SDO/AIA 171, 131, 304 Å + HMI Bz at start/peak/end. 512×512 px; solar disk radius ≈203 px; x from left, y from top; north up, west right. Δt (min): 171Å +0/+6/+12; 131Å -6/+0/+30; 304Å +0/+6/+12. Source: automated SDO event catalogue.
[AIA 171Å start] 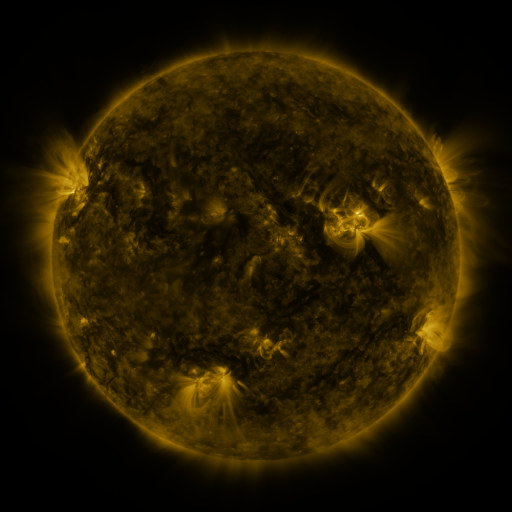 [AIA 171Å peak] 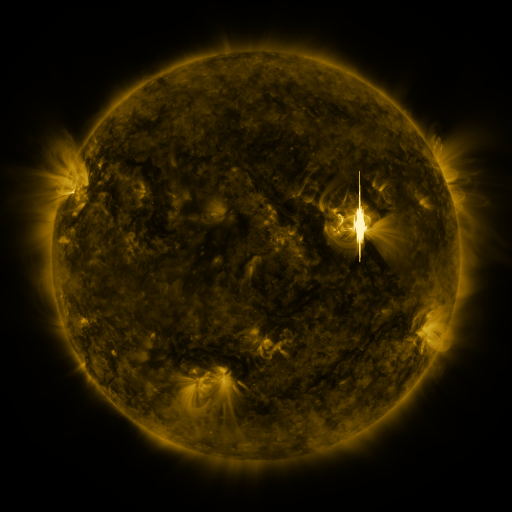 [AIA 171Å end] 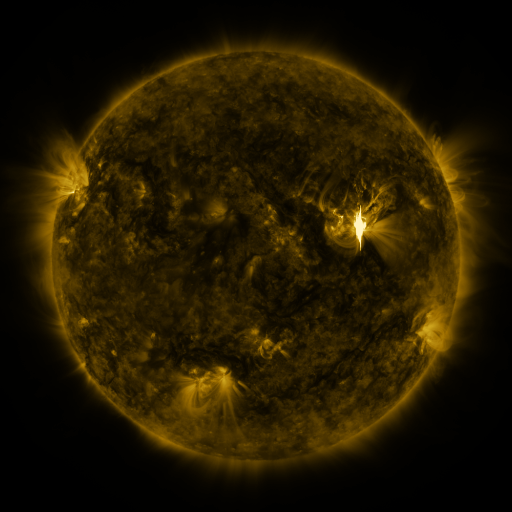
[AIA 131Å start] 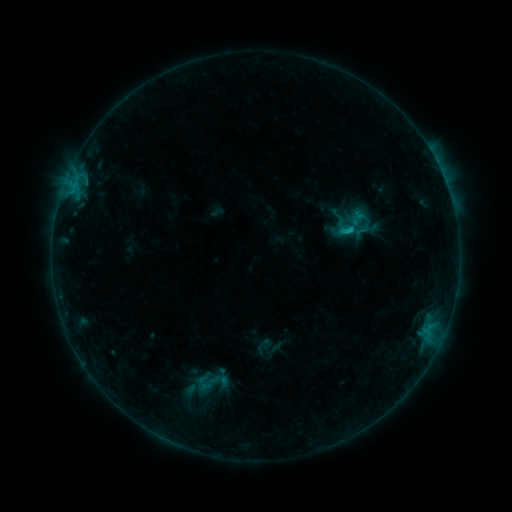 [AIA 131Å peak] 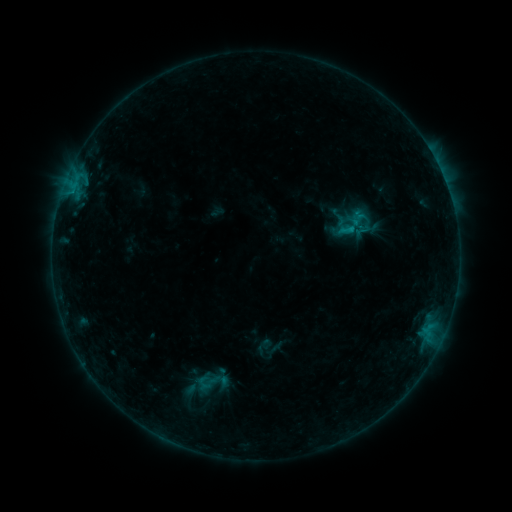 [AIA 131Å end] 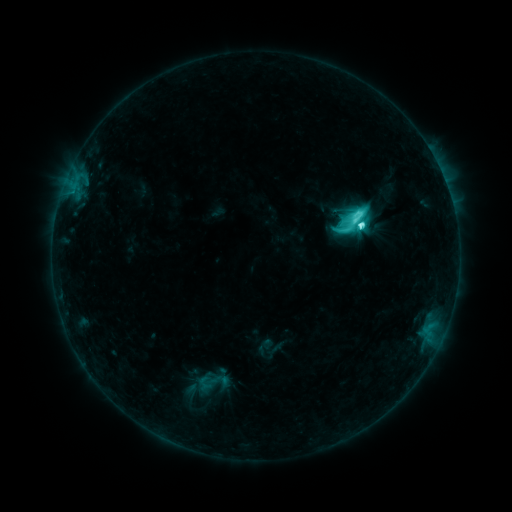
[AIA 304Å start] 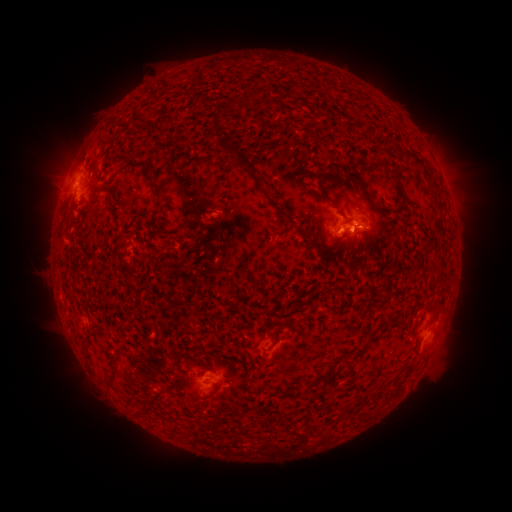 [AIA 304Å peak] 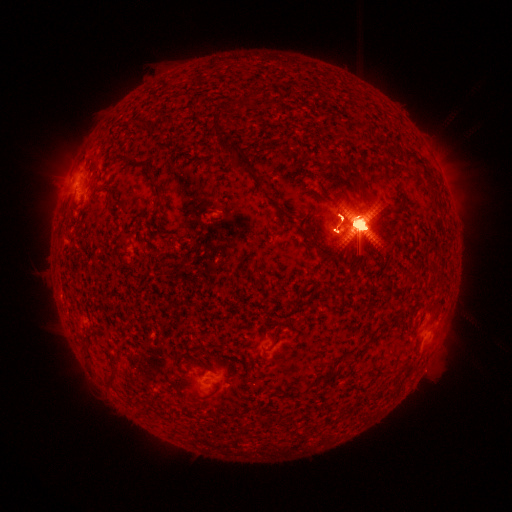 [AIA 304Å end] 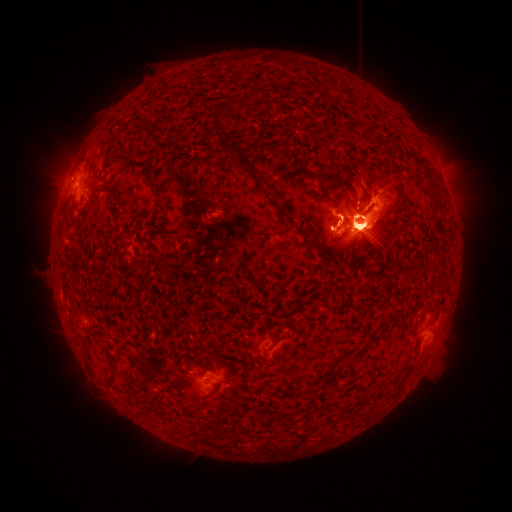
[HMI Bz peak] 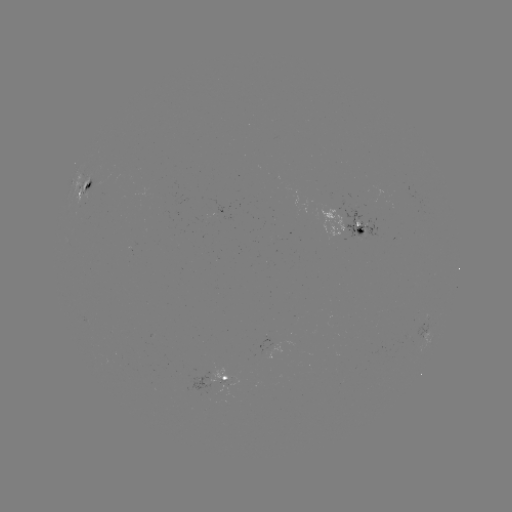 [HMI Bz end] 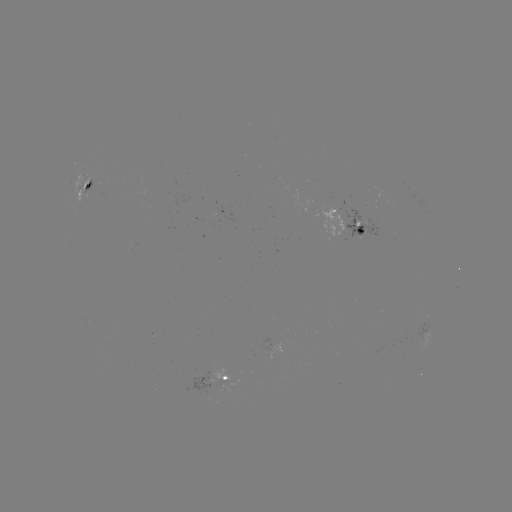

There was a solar flare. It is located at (357, 228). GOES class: X1.8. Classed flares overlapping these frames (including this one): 1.